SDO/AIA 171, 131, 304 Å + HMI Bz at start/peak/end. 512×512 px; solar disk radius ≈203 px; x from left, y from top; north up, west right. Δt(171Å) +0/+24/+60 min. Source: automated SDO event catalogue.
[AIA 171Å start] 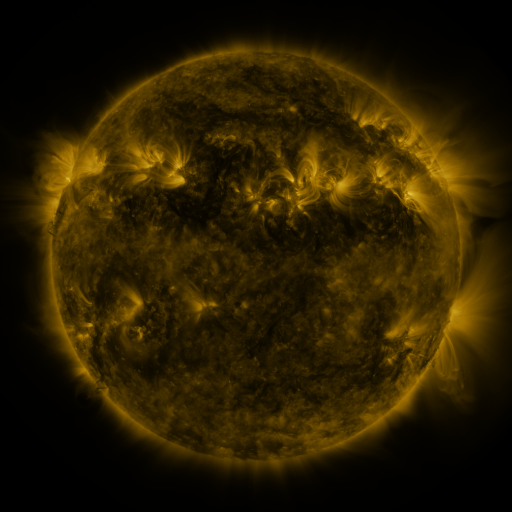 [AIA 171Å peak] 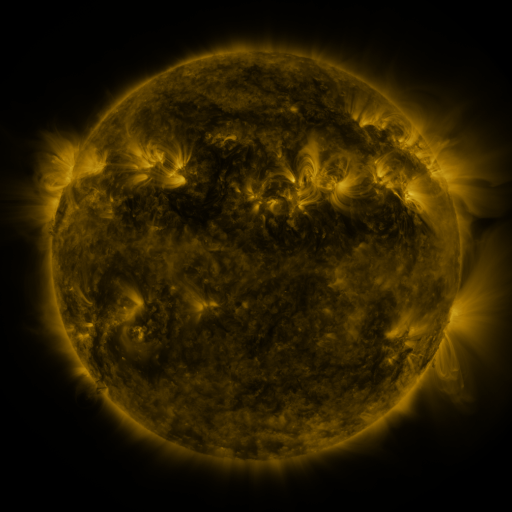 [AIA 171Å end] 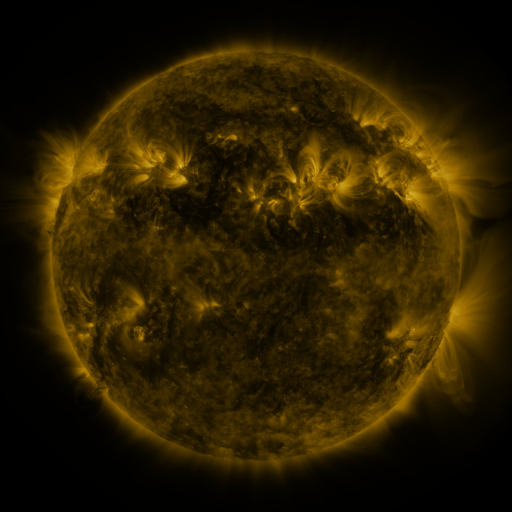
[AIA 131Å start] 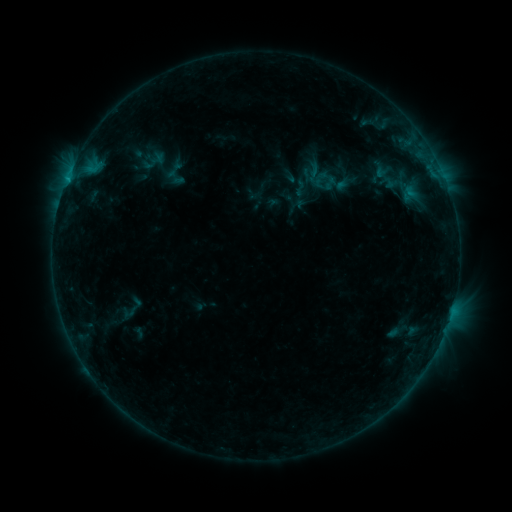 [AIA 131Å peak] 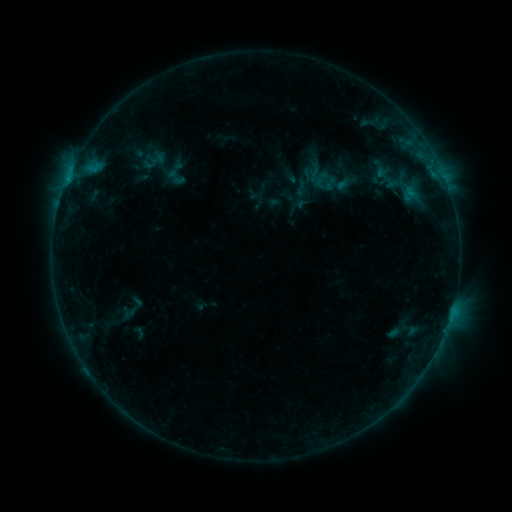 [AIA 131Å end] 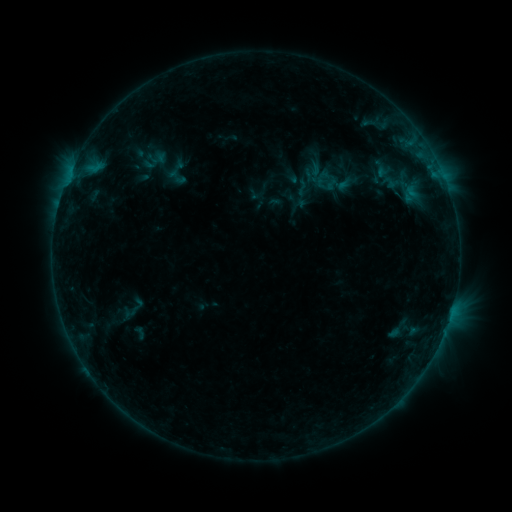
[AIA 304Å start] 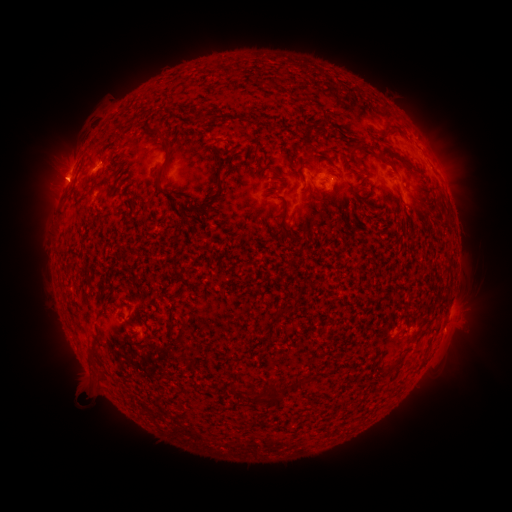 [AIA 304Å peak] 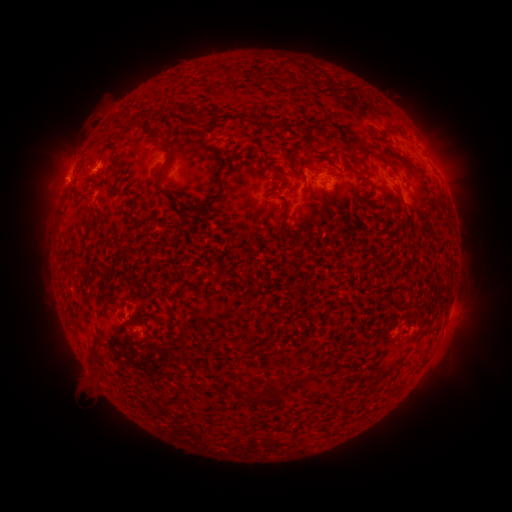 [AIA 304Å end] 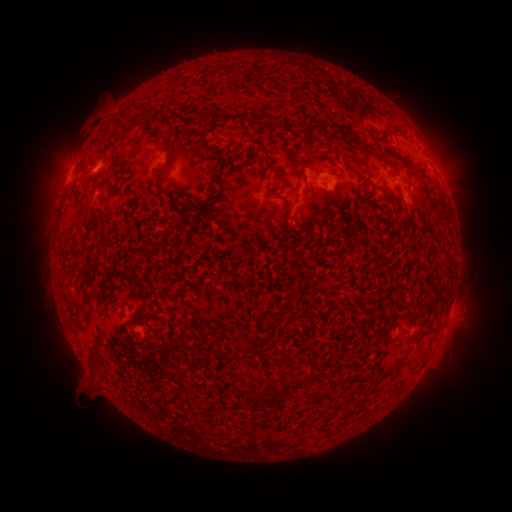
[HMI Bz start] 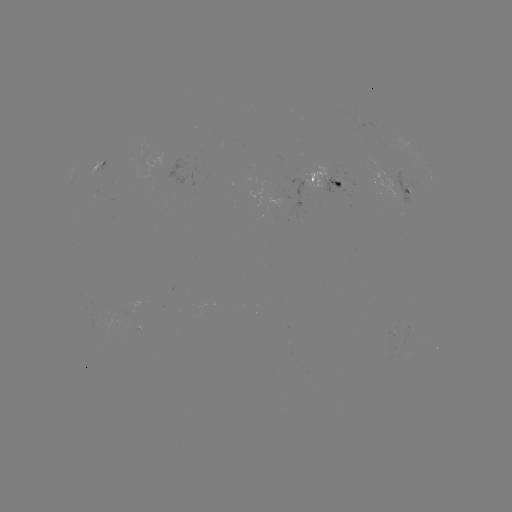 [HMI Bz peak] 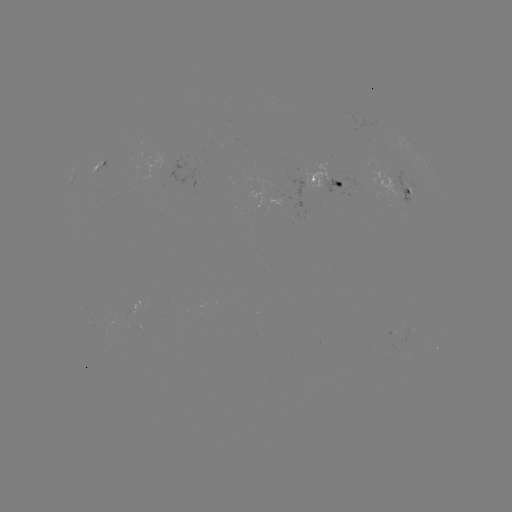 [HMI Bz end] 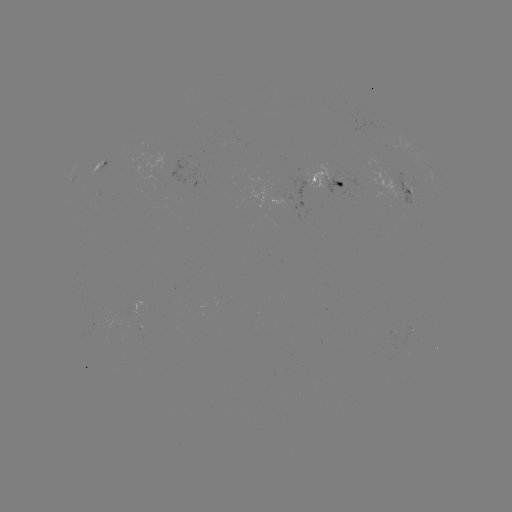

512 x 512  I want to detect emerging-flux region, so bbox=[323, 176, 343, 193].